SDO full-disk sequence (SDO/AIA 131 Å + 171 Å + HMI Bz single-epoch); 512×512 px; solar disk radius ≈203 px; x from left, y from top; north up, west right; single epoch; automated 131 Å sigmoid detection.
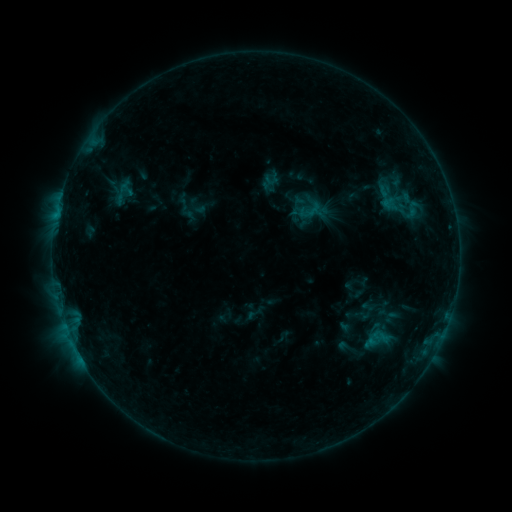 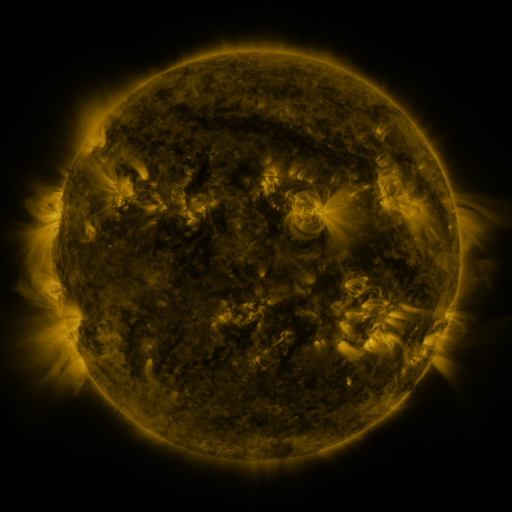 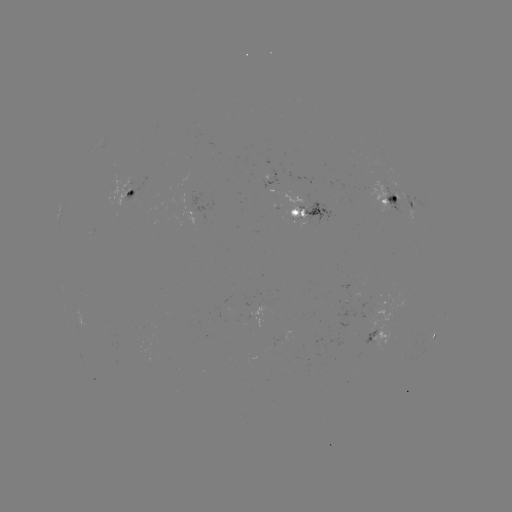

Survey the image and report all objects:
sigmoid: [388, 187, 432, 222]
